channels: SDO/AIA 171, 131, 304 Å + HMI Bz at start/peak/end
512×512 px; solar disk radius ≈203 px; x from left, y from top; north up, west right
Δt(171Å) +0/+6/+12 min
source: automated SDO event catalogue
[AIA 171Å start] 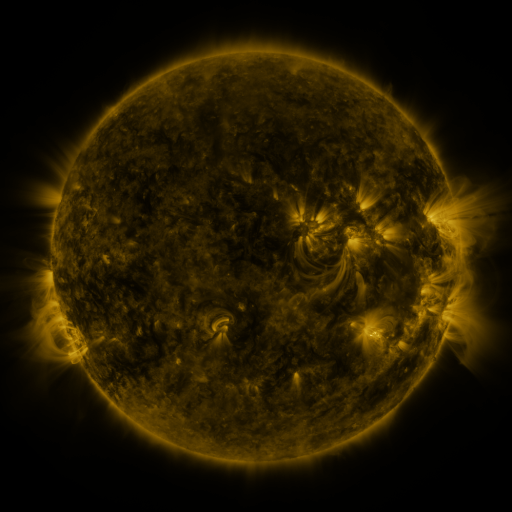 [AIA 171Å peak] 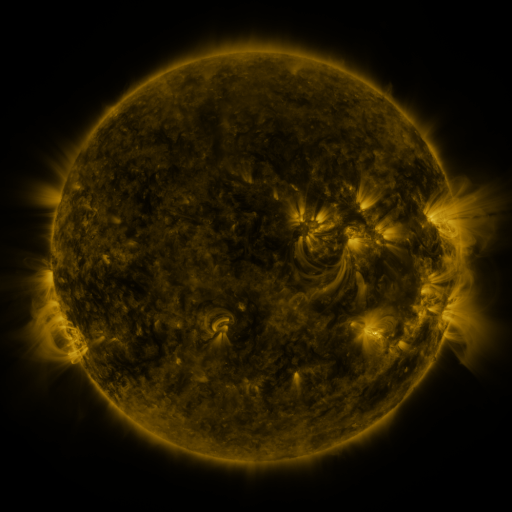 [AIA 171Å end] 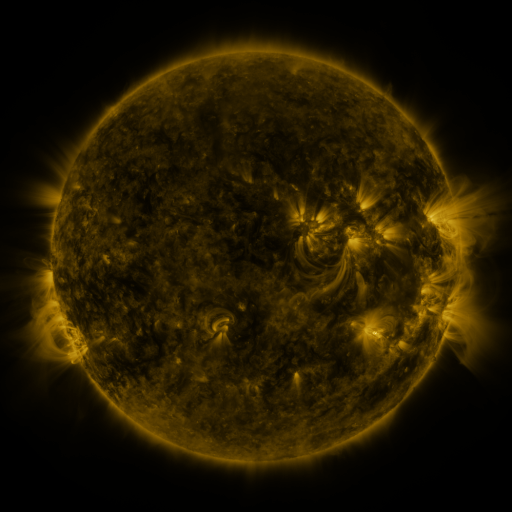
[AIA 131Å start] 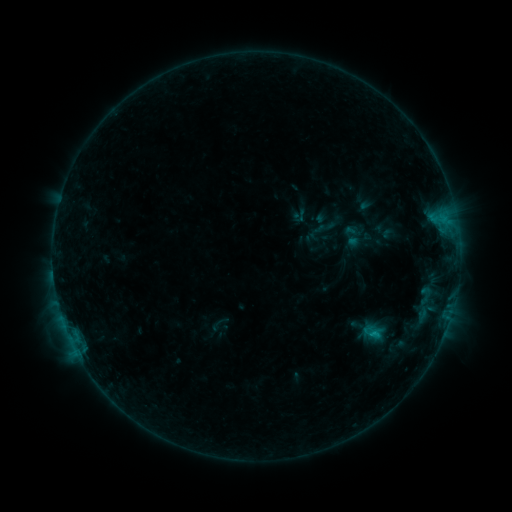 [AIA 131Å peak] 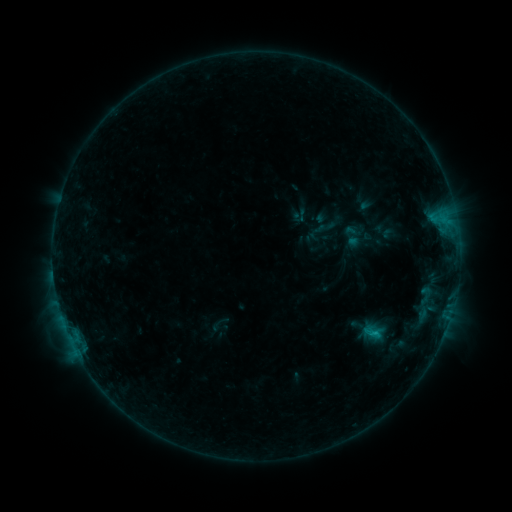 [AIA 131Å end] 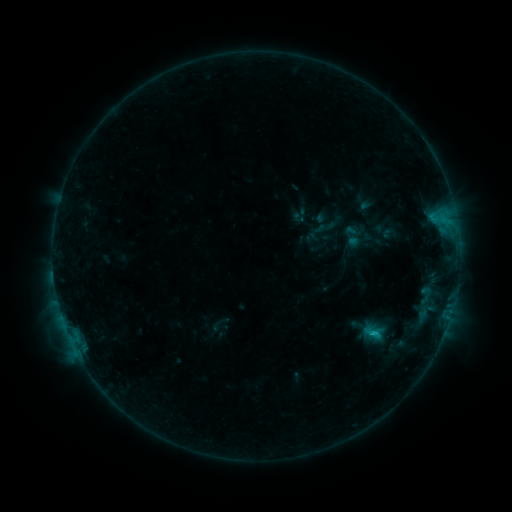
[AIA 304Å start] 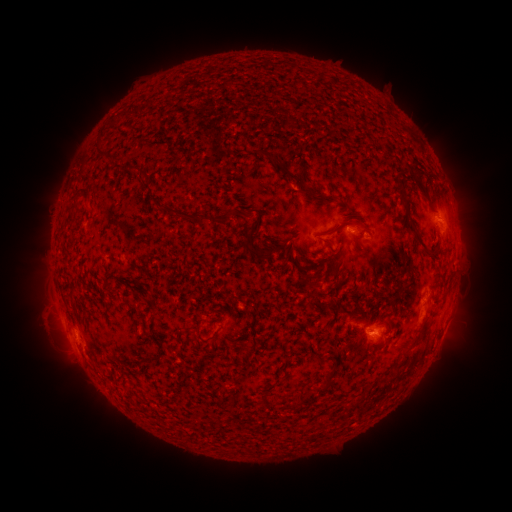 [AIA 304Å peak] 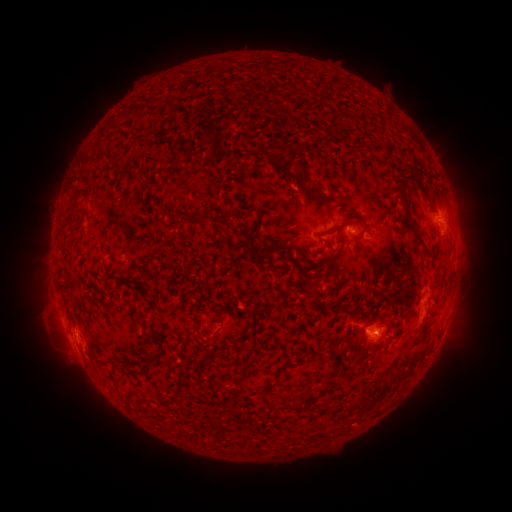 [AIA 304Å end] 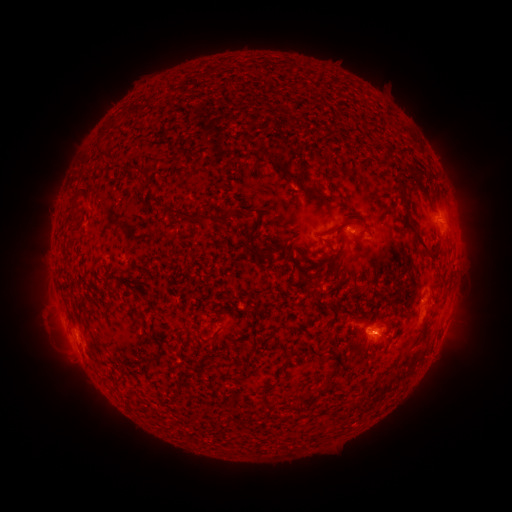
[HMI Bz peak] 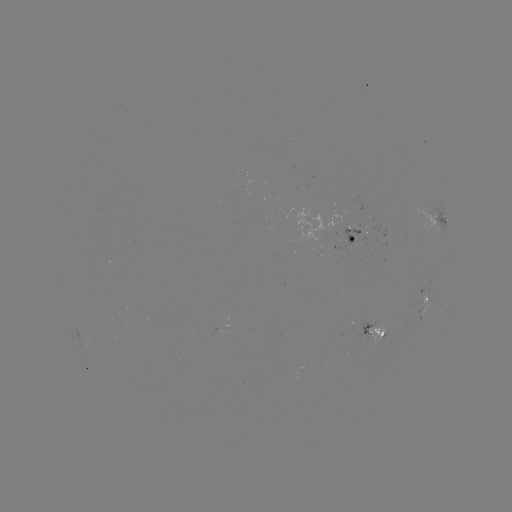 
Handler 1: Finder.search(B9.2 flare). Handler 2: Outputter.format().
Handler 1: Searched B9.2 flare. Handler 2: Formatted (371, 331).